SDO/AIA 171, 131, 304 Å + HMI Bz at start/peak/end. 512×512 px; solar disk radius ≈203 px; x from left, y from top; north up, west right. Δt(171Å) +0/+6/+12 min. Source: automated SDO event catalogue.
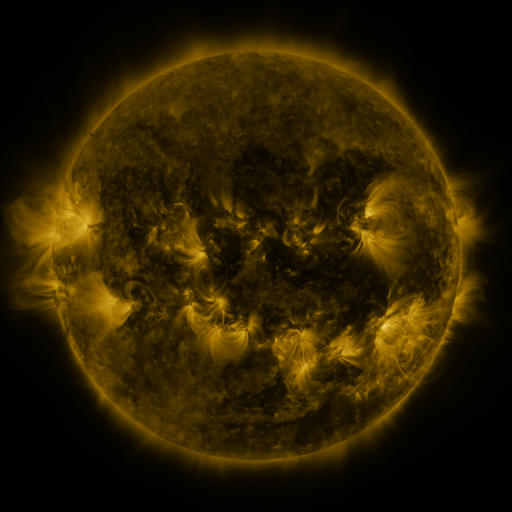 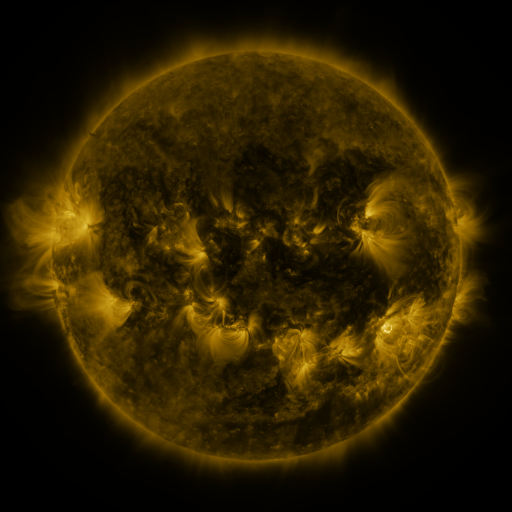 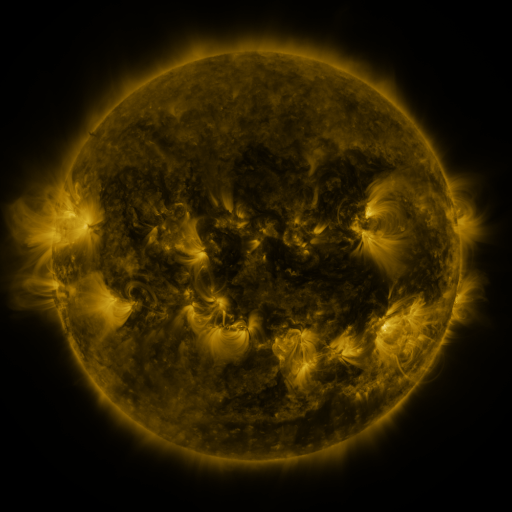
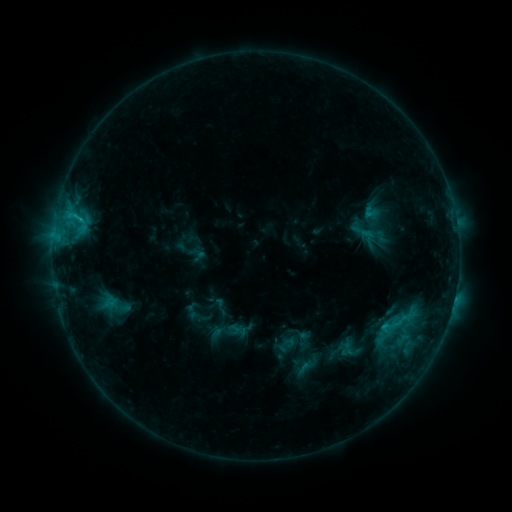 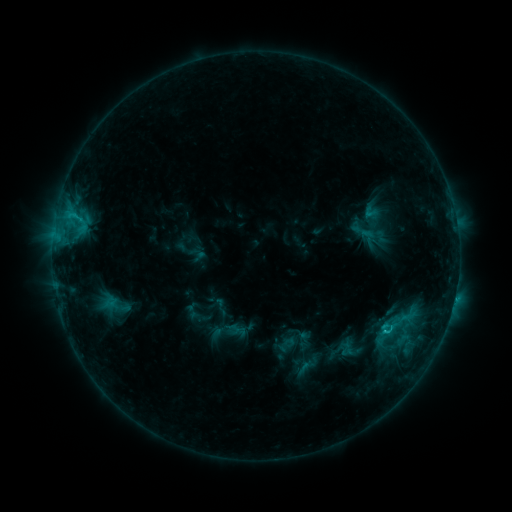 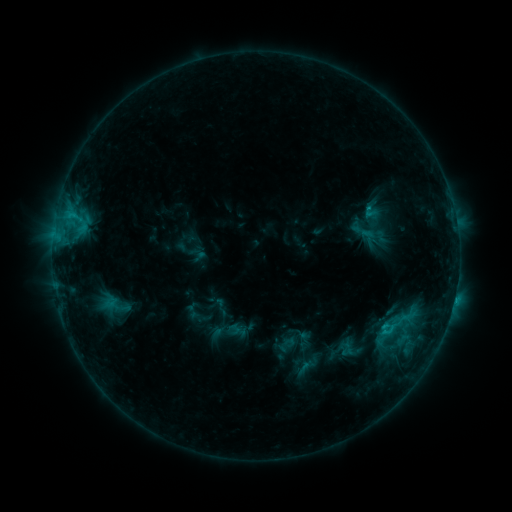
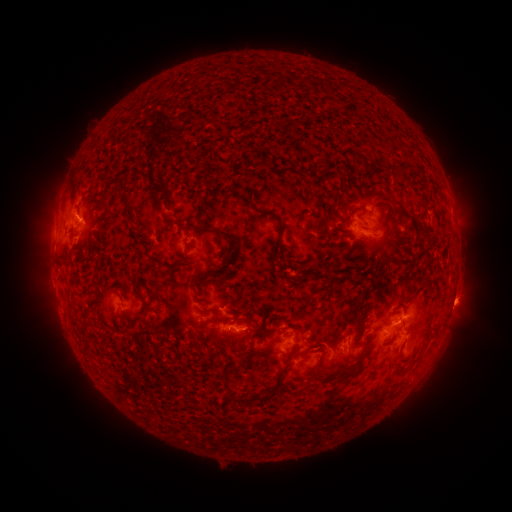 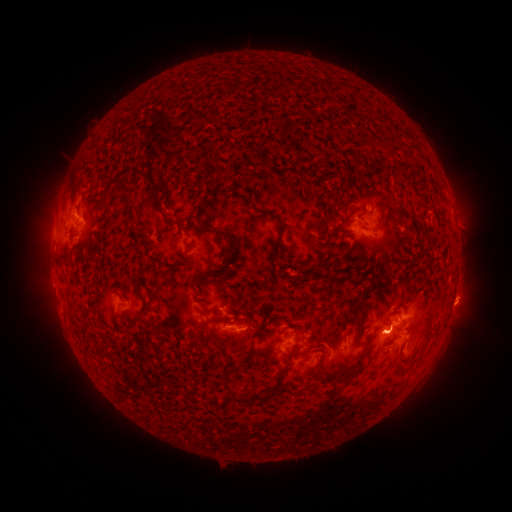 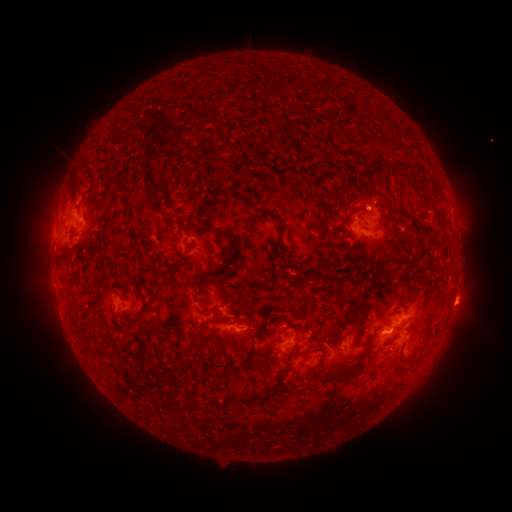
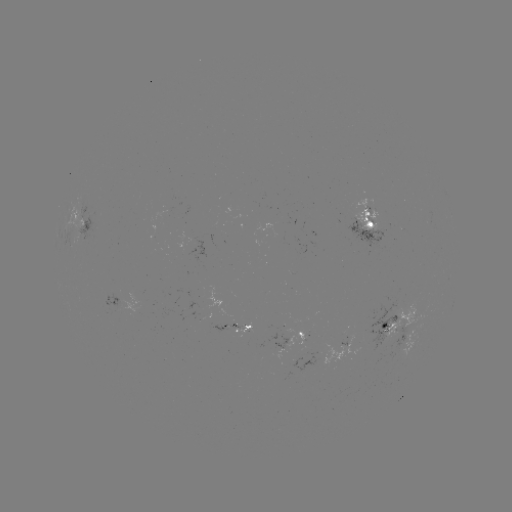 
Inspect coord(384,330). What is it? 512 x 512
C1.6 flare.